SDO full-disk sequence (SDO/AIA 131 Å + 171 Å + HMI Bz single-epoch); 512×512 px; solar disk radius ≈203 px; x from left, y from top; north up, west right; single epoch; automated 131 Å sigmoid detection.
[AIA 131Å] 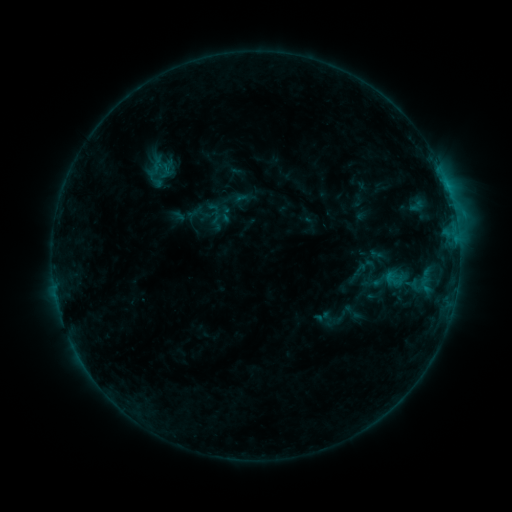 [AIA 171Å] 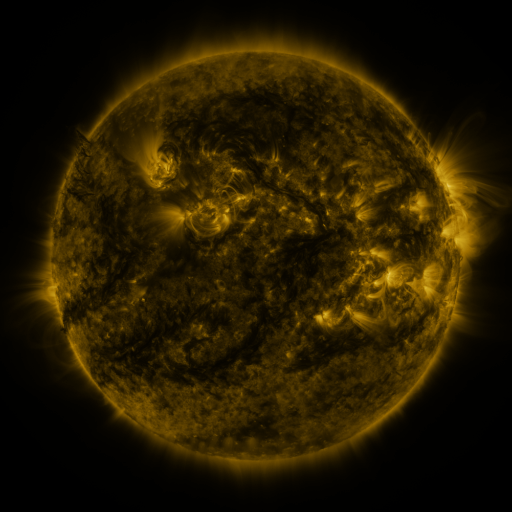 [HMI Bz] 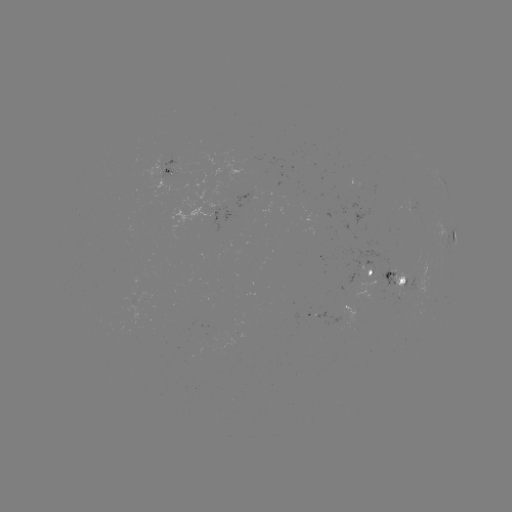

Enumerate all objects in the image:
sigmoid: [358, 249, 412, 310]
